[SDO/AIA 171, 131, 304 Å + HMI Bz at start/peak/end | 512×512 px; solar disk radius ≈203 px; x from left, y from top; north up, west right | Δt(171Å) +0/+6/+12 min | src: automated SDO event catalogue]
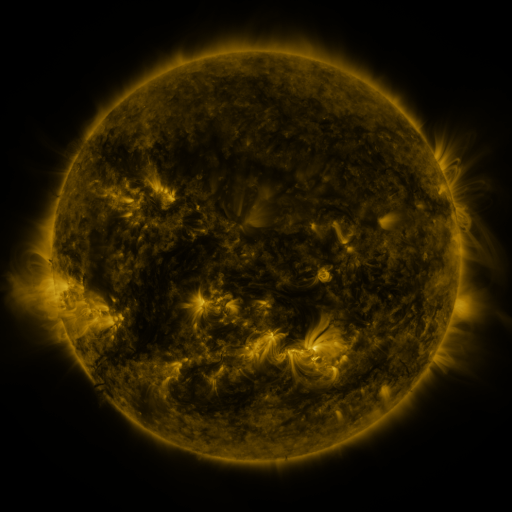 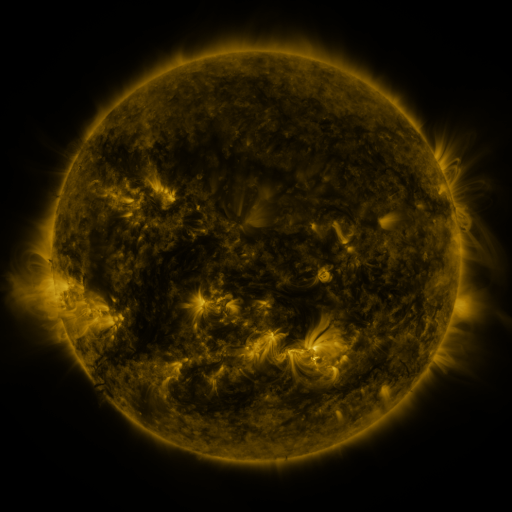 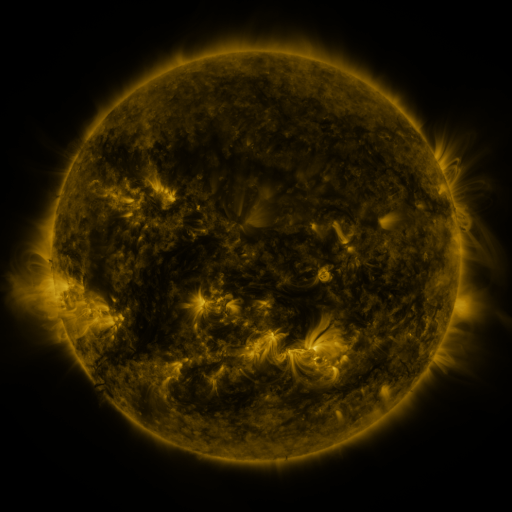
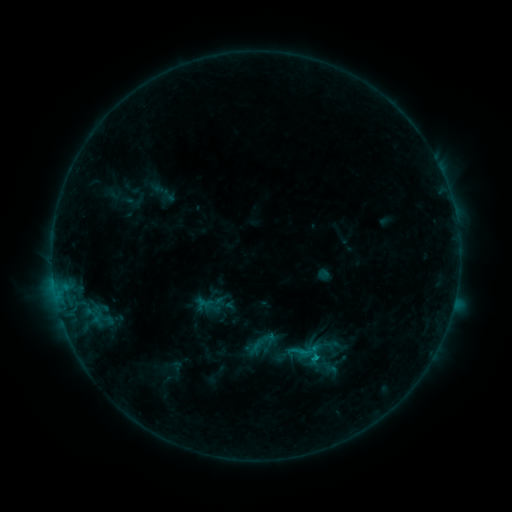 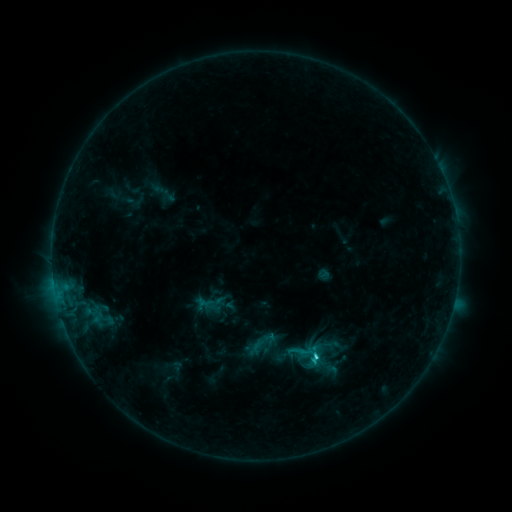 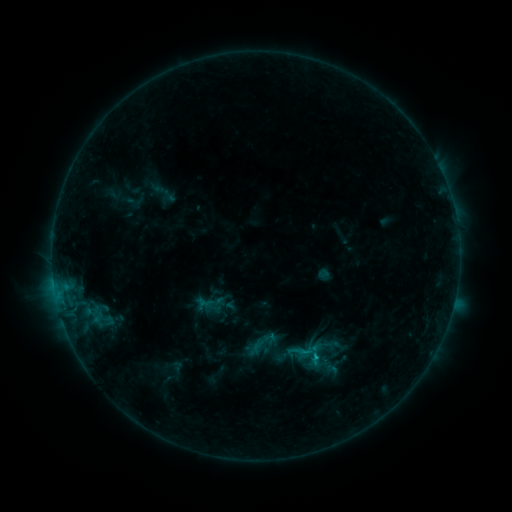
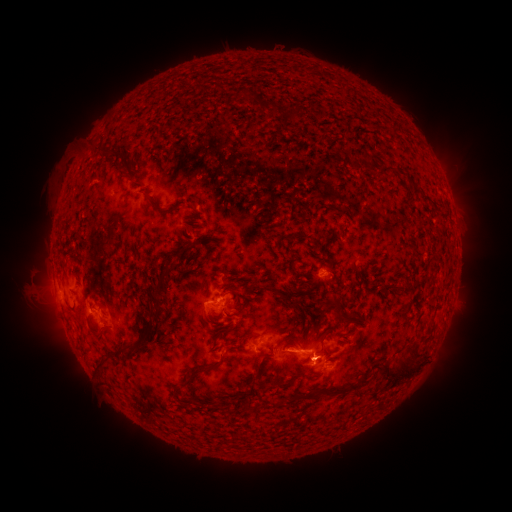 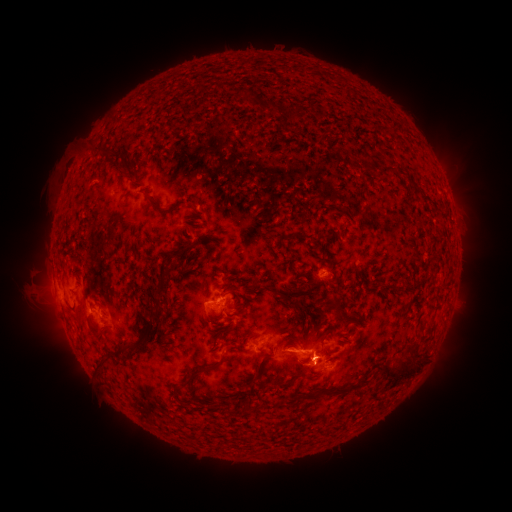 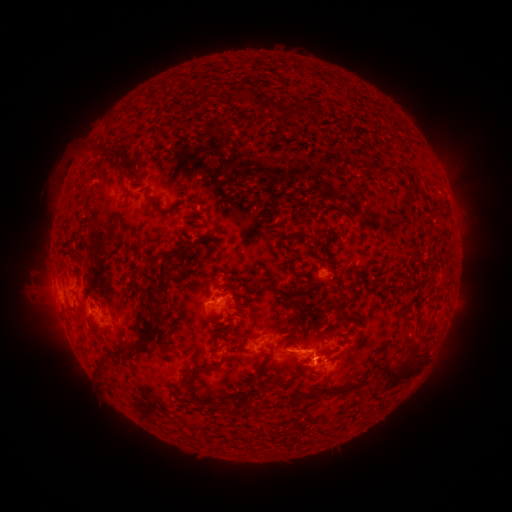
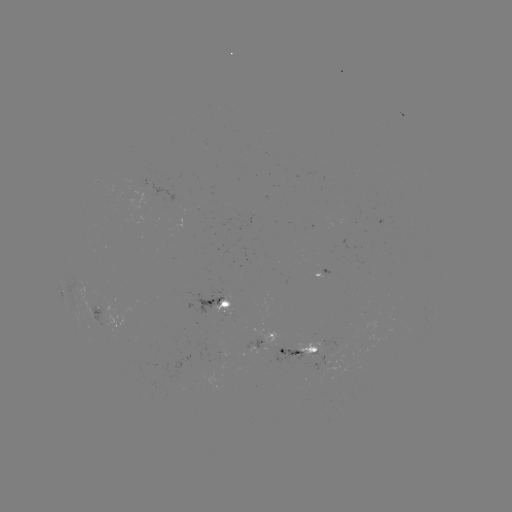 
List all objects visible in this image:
C1.5 flare: (314, 355)
